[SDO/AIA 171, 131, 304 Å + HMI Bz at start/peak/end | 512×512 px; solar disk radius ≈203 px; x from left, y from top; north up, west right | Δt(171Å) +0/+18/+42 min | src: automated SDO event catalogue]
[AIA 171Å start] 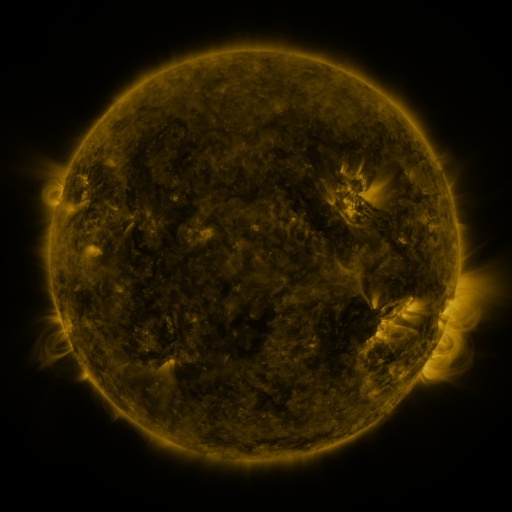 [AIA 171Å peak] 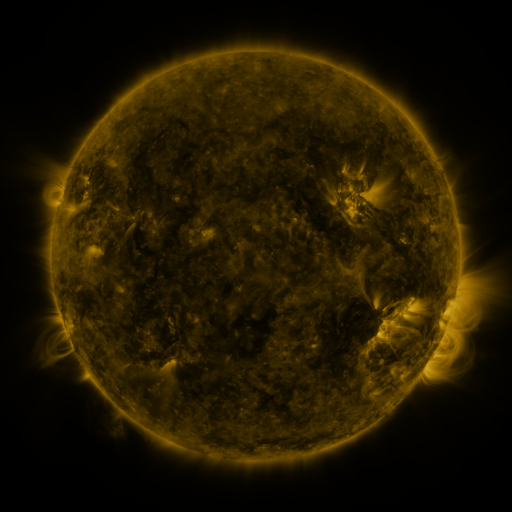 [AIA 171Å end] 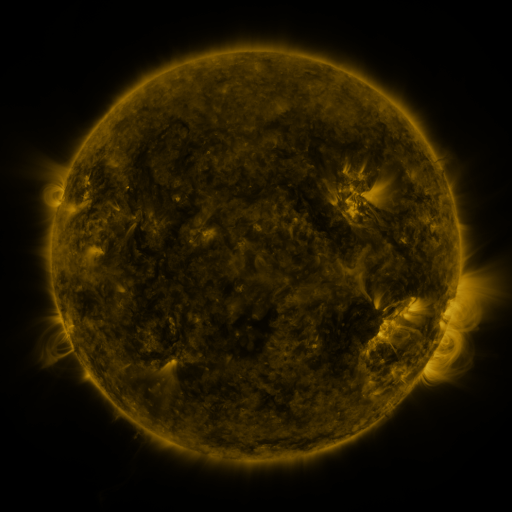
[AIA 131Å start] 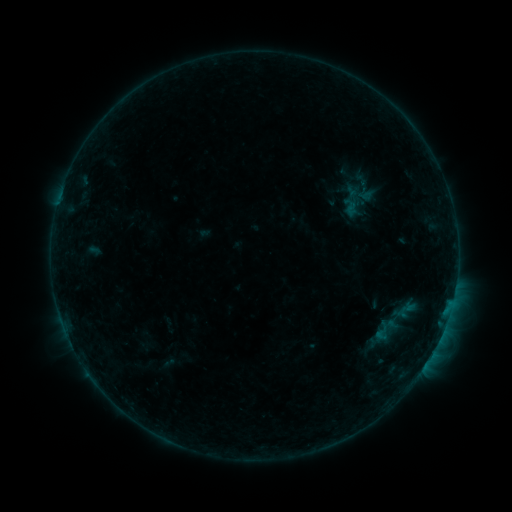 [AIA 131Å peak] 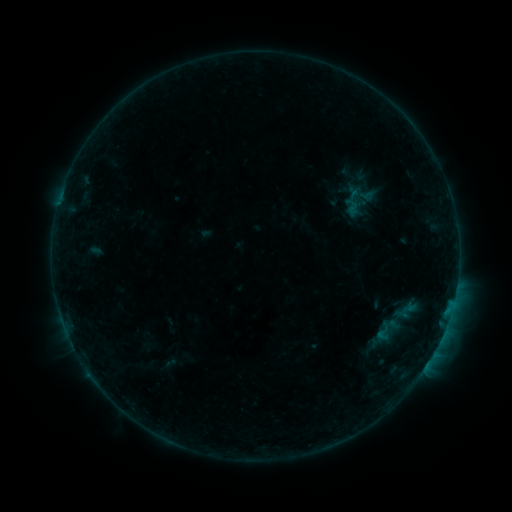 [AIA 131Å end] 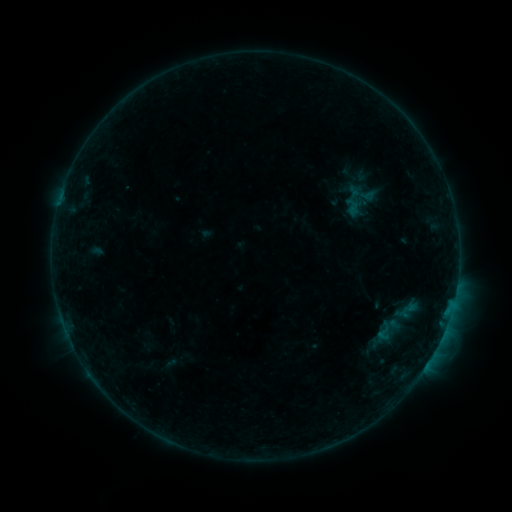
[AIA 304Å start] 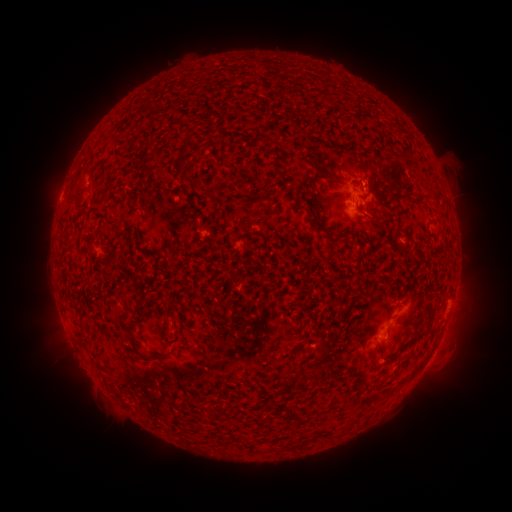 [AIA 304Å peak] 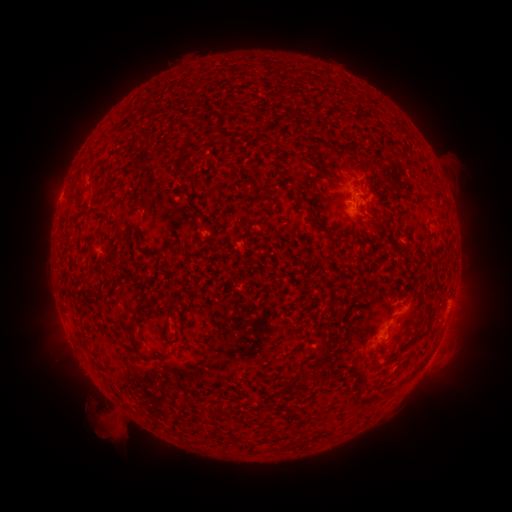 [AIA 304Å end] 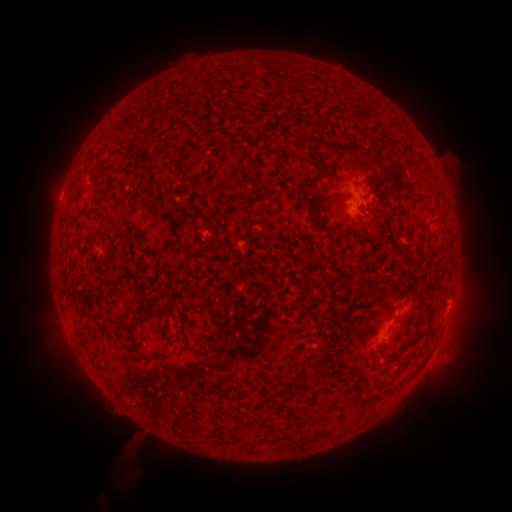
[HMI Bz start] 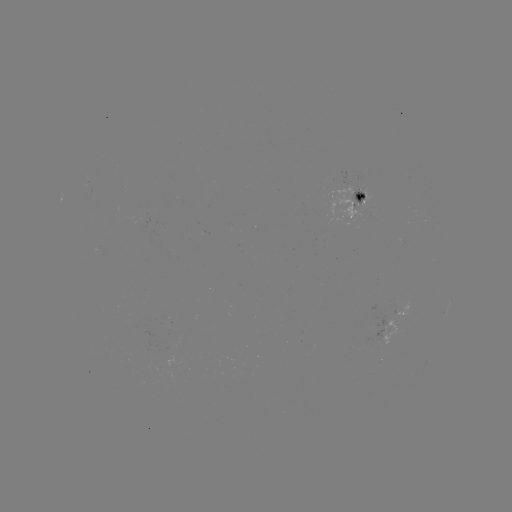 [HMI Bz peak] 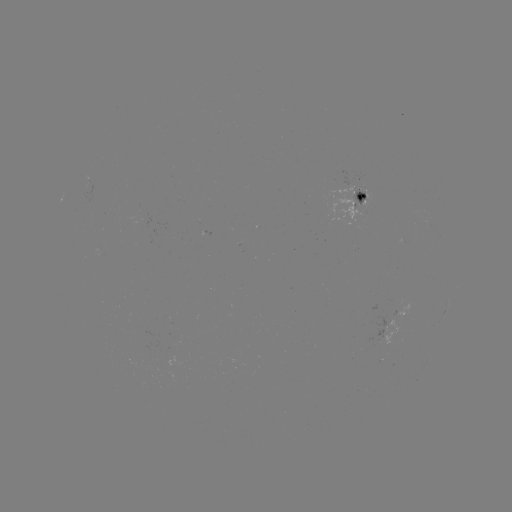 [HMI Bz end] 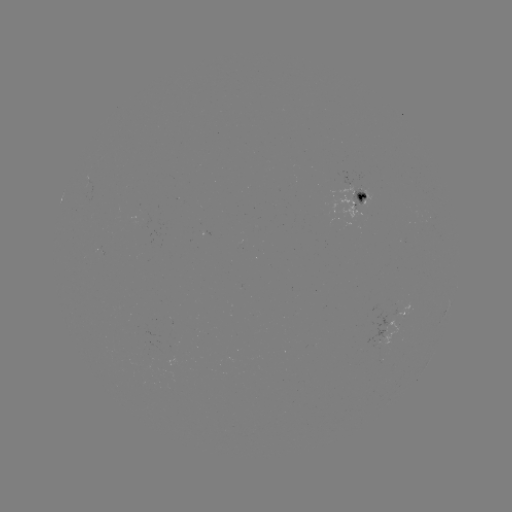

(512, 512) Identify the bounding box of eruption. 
[73, 380, 154, 501].